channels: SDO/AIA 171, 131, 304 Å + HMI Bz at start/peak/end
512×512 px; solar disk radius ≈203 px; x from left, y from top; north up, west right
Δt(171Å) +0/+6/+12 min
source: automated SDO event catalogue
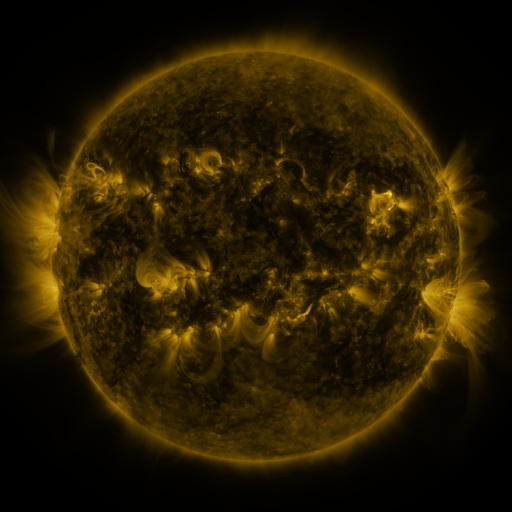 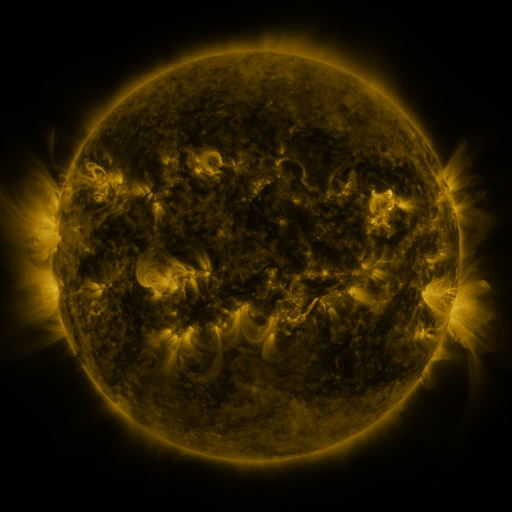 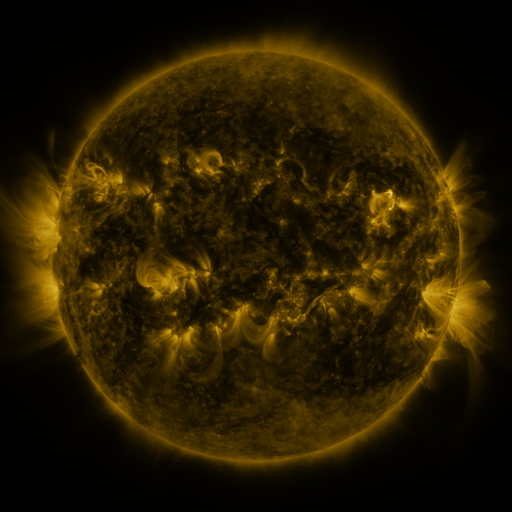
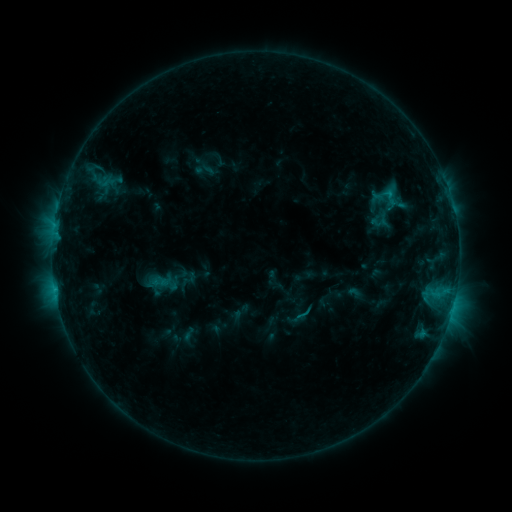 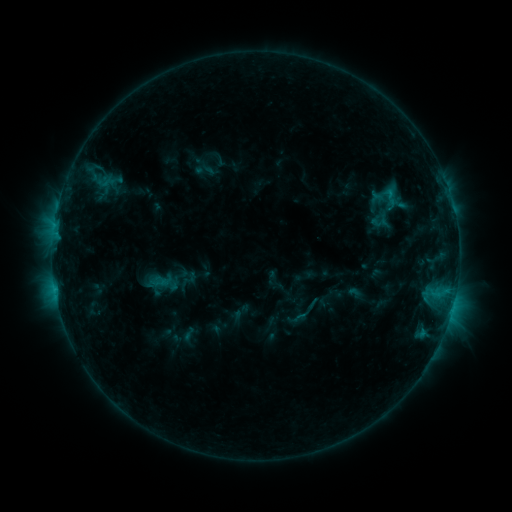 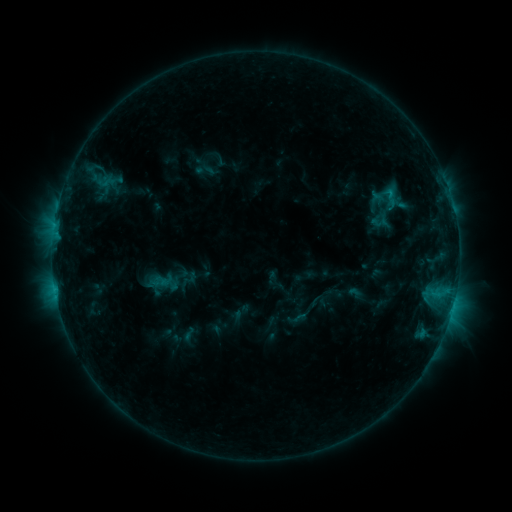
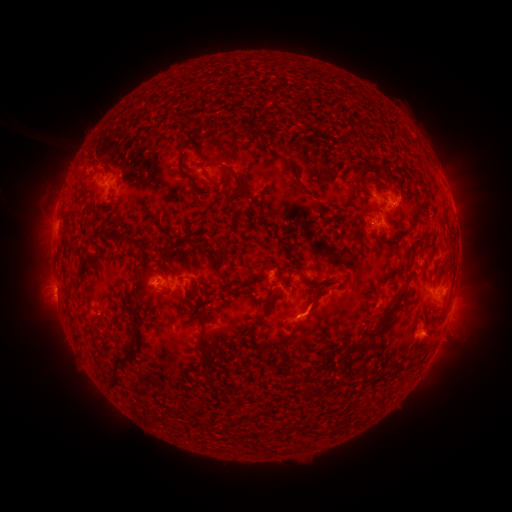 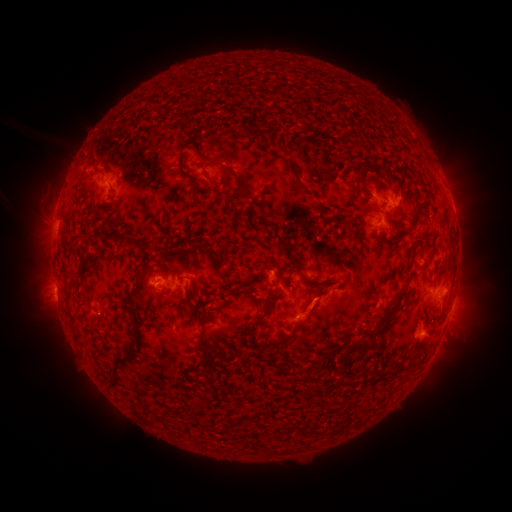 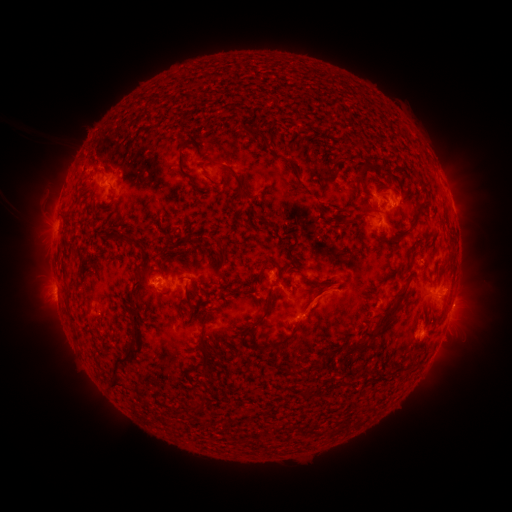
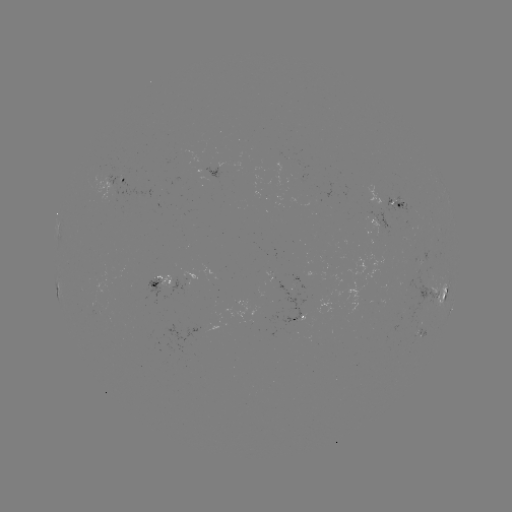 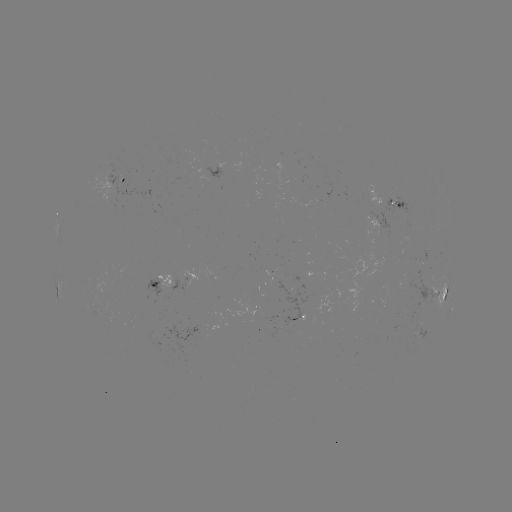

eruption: [296, 283, 336, 323]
